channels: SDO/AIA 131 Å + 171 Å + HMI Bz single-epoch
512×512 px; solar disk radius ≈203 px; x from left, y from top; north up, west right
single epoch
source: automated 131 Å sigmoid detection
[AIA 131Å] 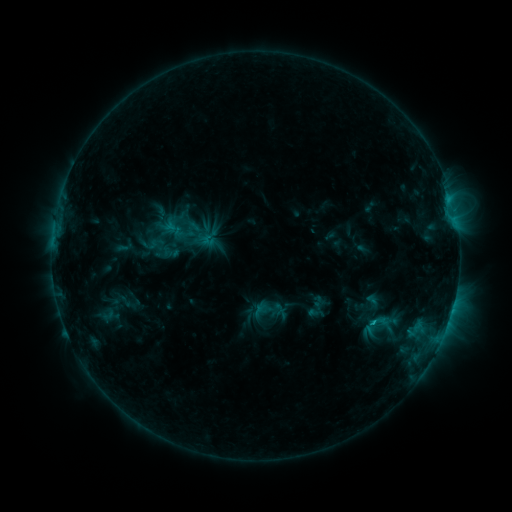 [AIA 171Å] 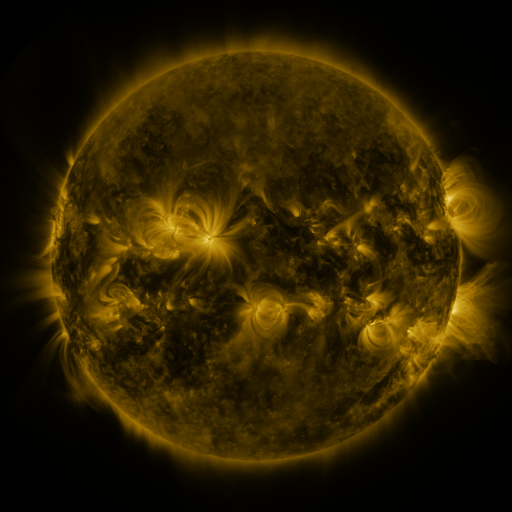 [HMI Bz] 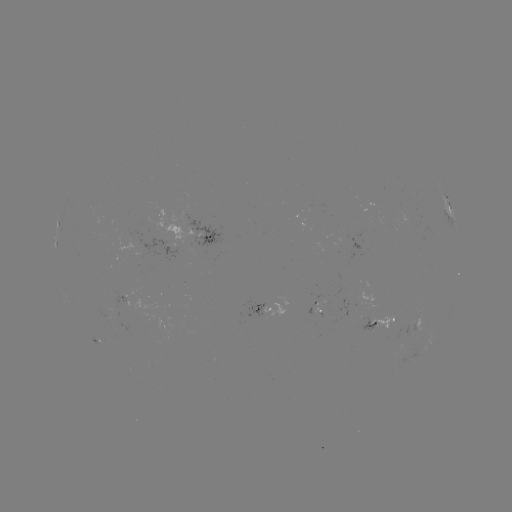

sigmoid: [368, 312, 387, 331]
